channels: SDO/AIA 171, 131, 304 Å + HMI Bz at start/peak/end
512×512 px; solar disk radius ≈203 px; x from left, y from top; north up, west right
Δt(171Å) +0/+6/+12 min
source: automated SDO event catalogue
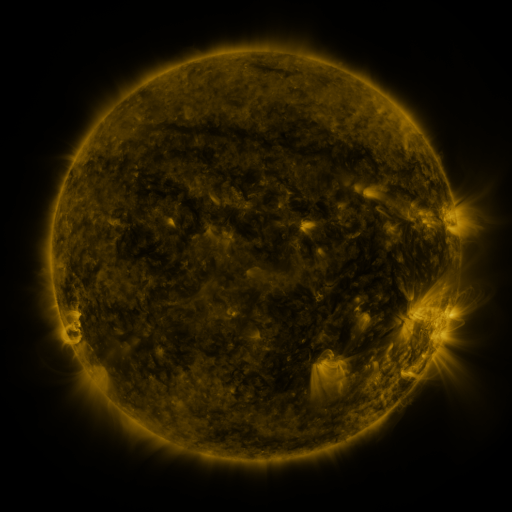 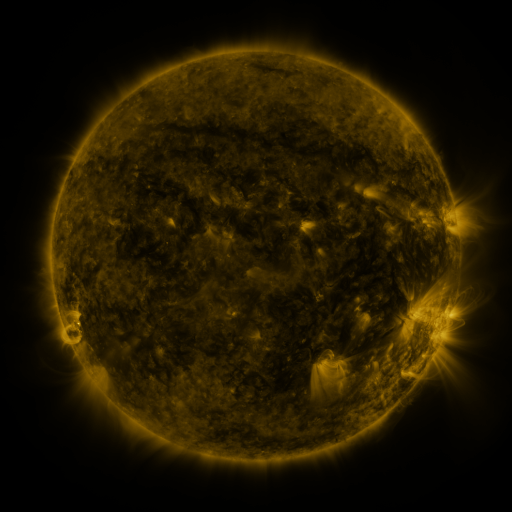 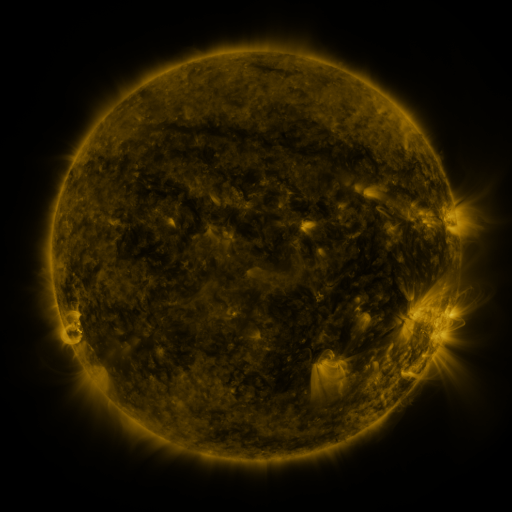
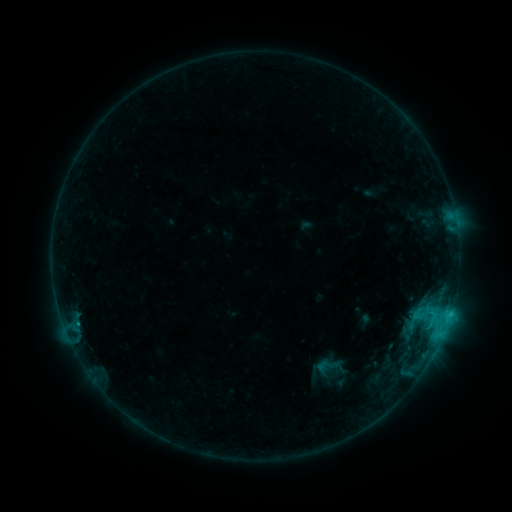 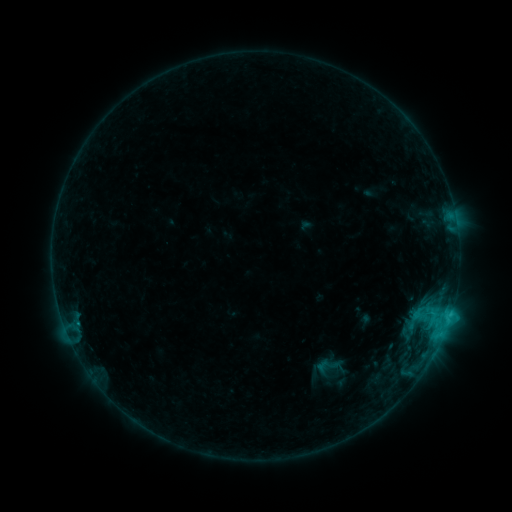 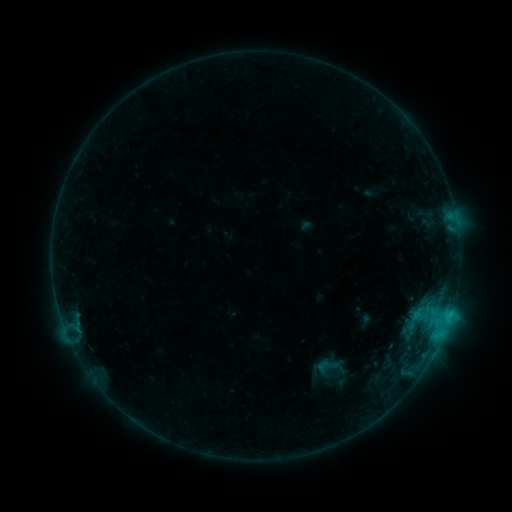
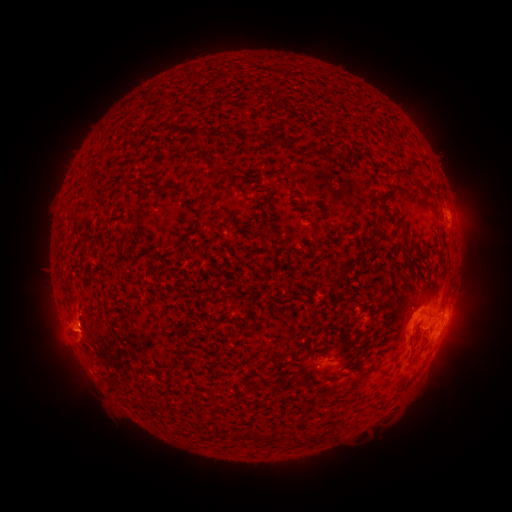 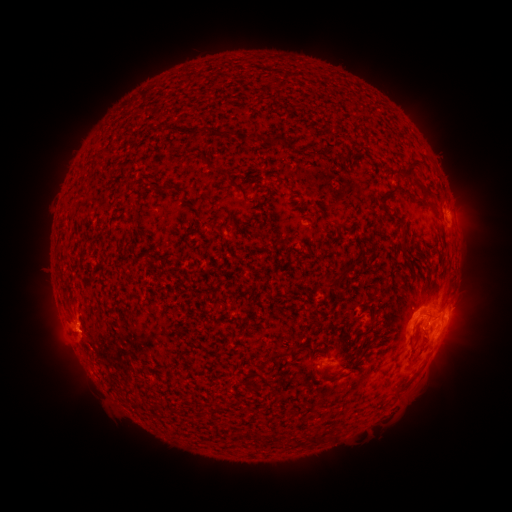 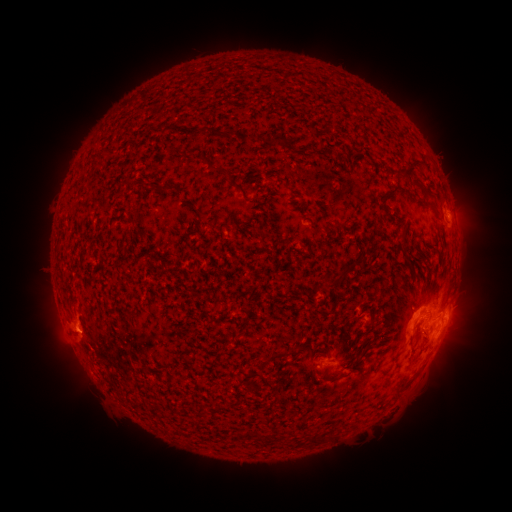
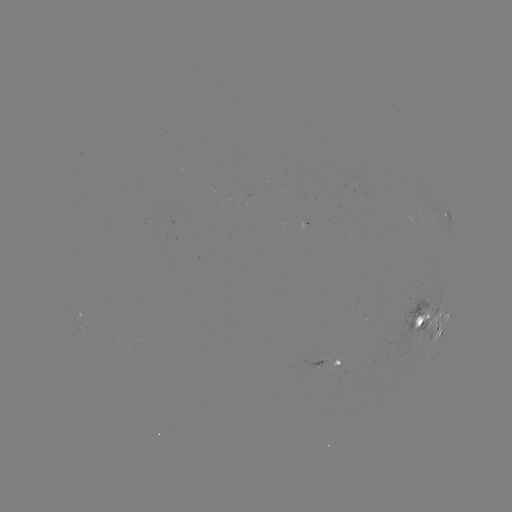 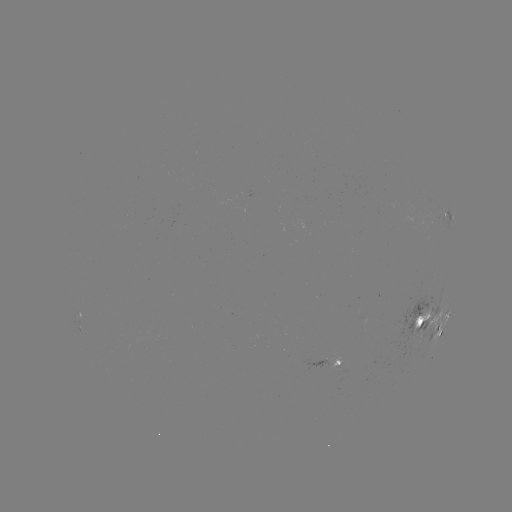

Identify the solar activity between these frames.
no flare in any classed list; no EUV-trigger detection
